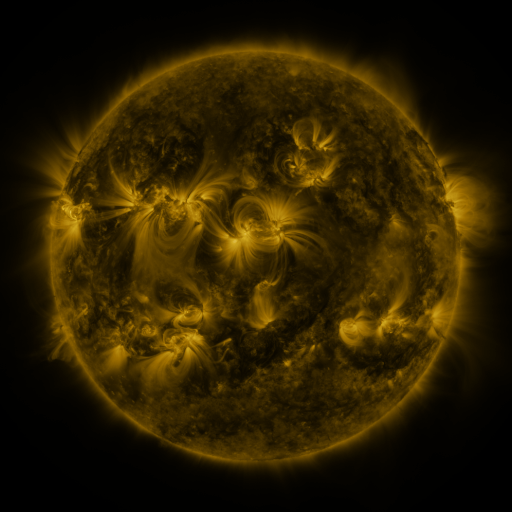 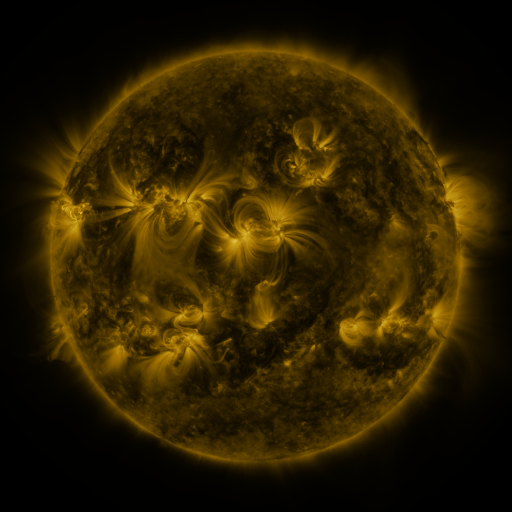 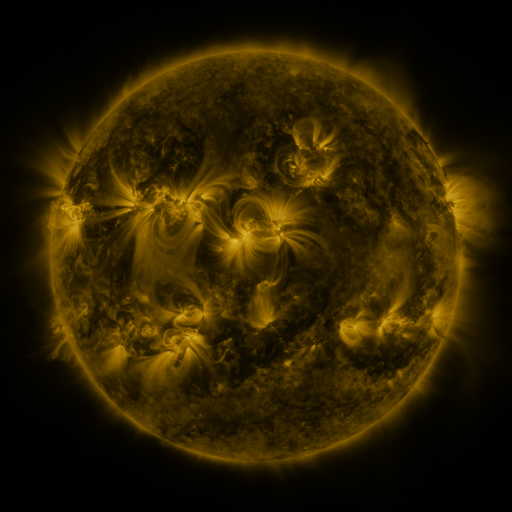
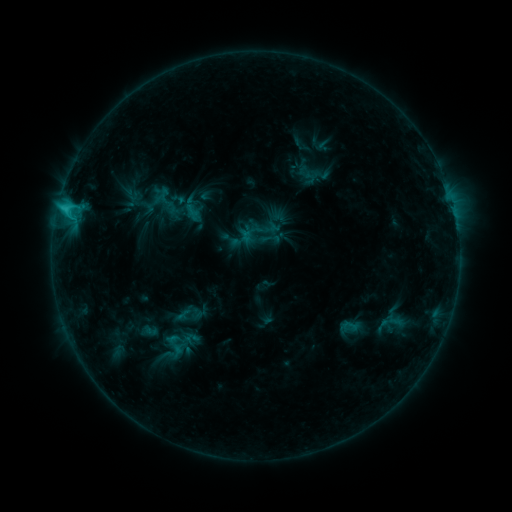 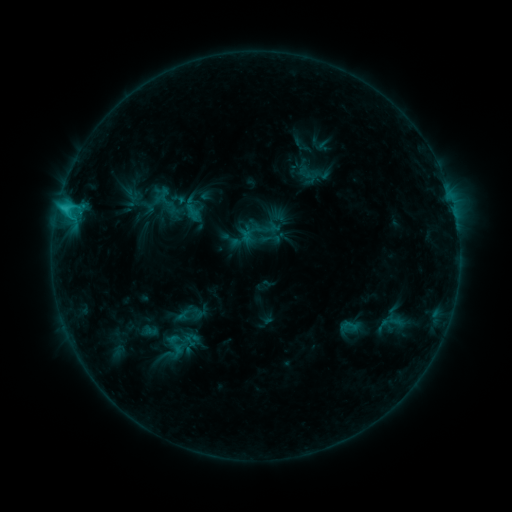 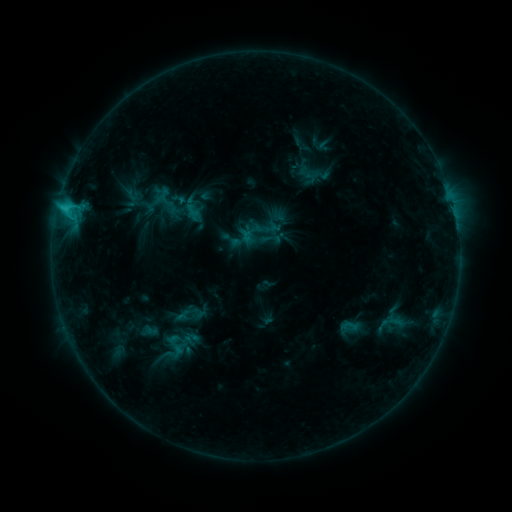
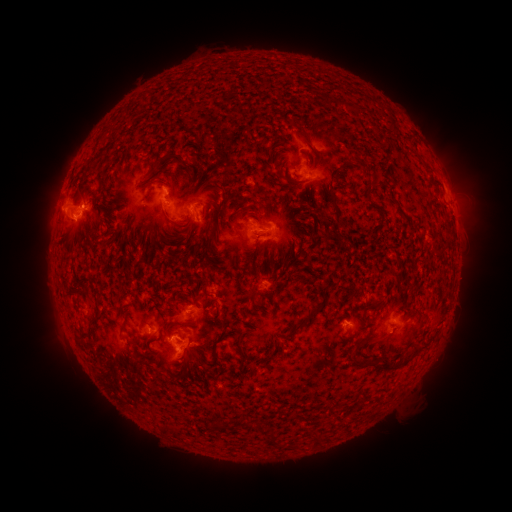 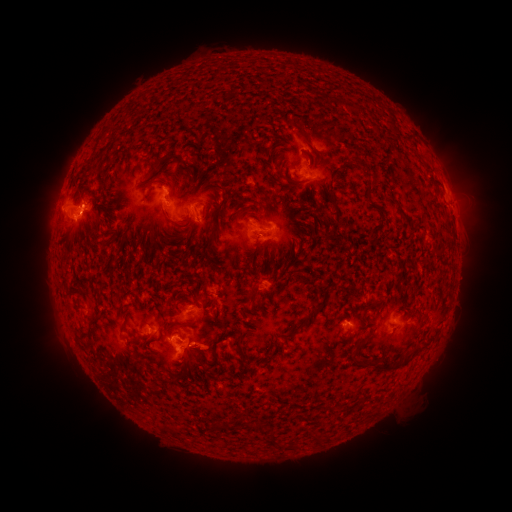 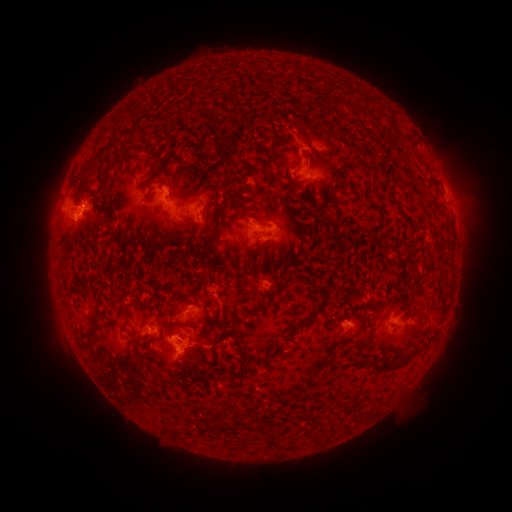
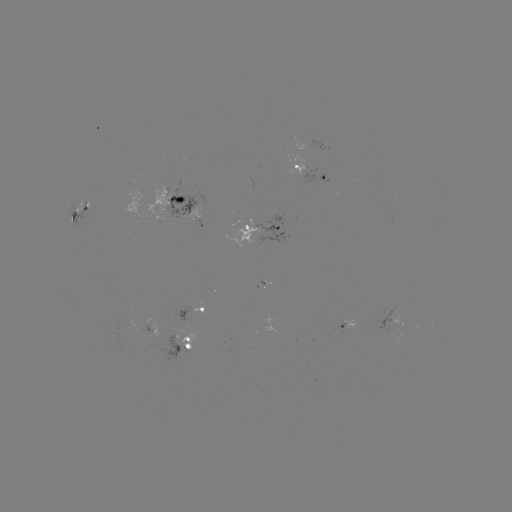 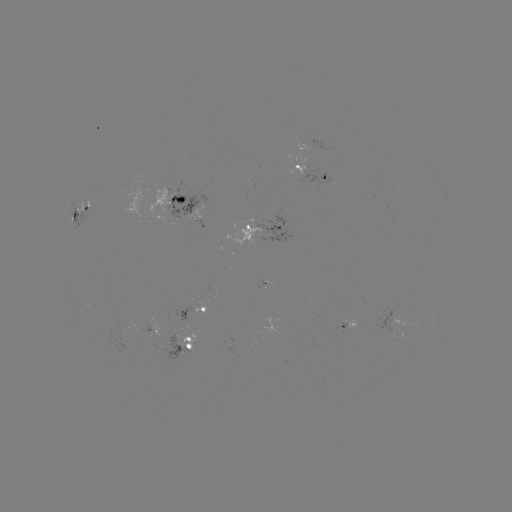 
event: eruption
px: (208, 351)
